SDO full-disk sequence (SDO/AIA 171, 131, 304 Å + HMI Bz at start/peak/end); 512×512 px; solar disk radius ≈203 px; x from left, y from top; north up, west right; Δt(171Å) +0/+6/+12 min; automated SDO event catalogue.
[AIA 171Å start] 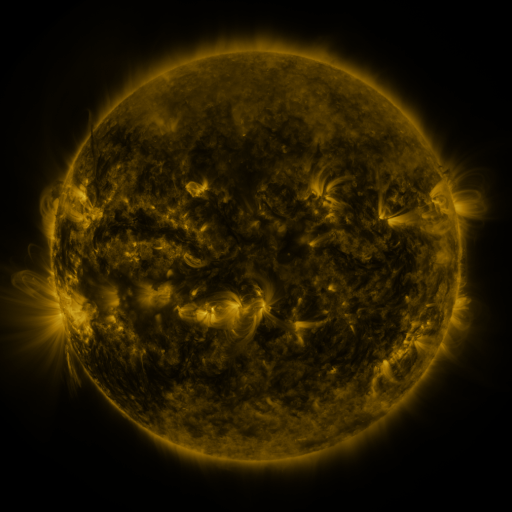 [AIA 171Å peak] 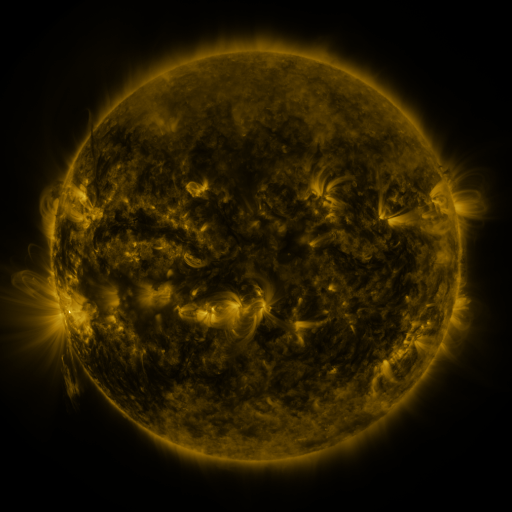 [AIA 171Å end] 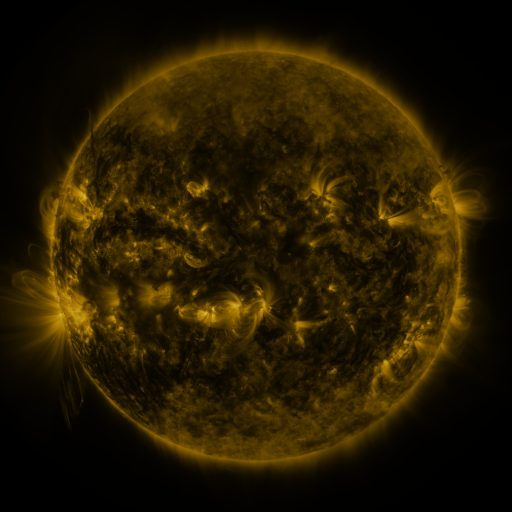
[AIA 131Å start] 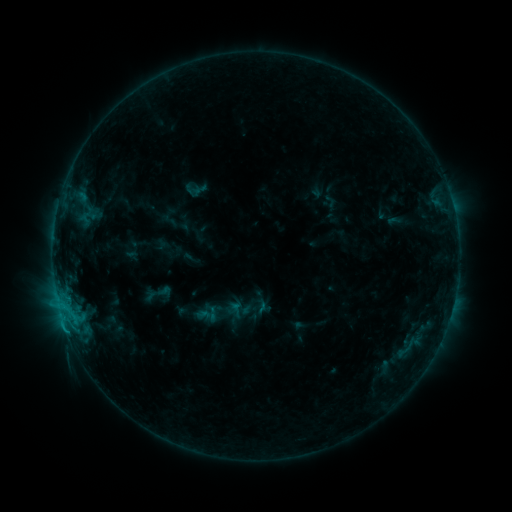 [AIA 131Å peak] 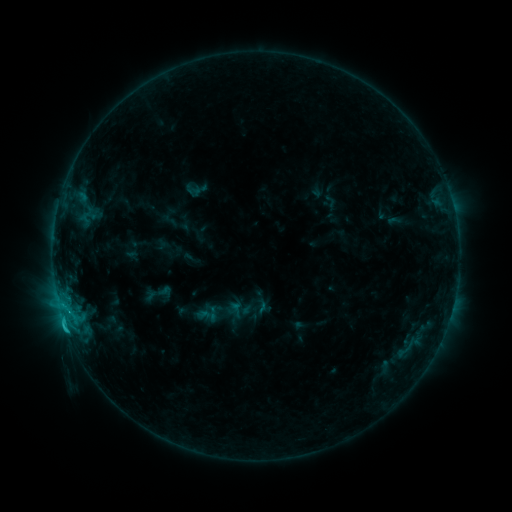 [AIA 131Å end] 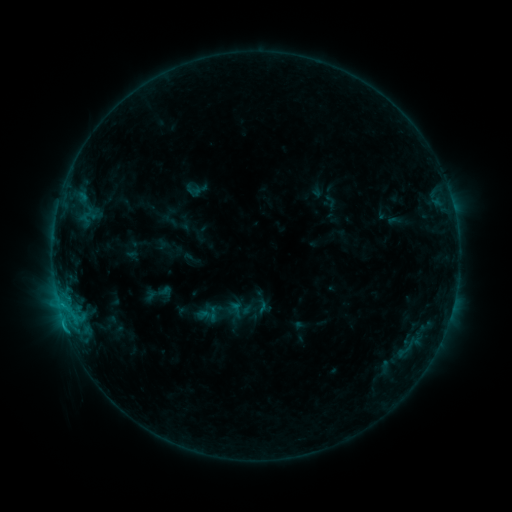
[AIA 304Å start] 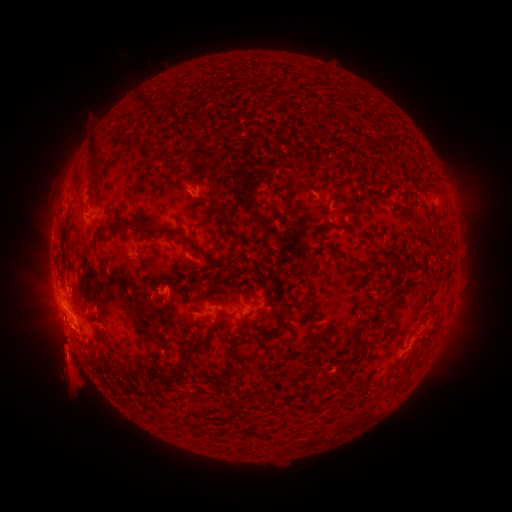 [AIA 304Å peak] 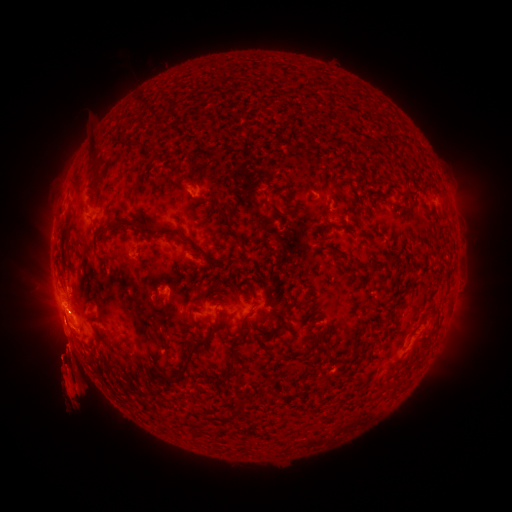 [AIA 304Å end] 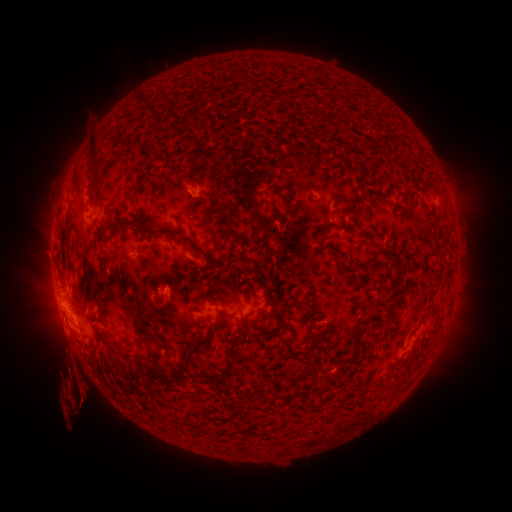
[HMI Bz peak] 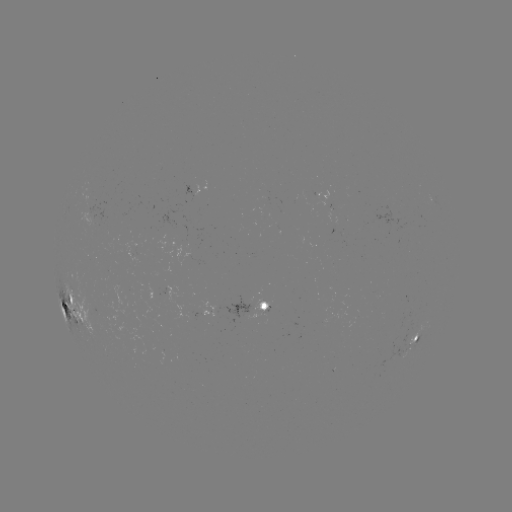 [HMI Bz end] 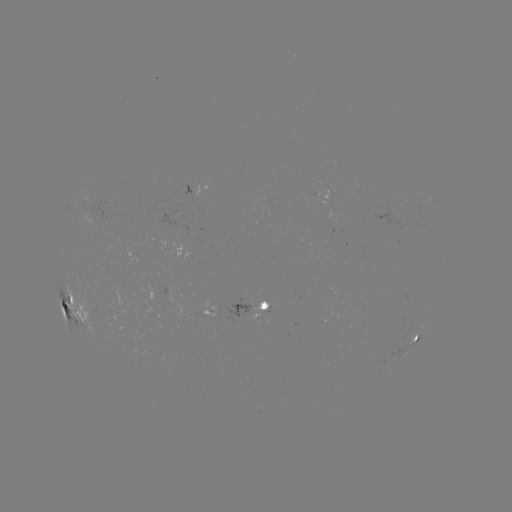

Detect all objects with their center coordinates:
eruption: (113, 363)
